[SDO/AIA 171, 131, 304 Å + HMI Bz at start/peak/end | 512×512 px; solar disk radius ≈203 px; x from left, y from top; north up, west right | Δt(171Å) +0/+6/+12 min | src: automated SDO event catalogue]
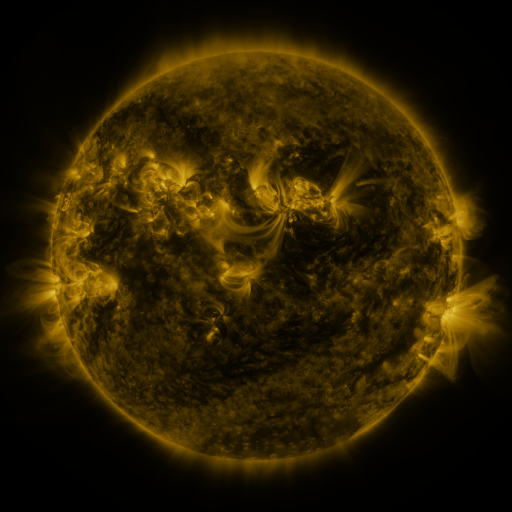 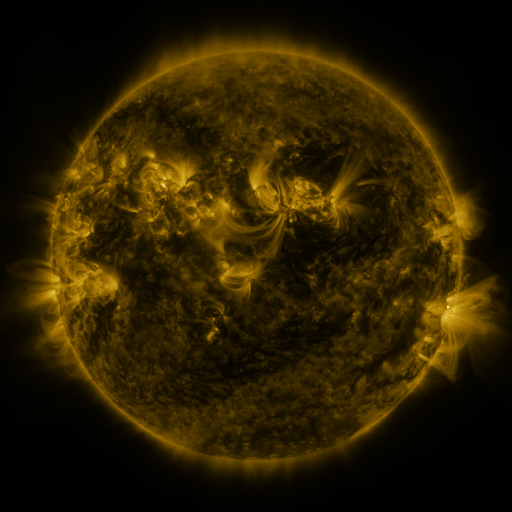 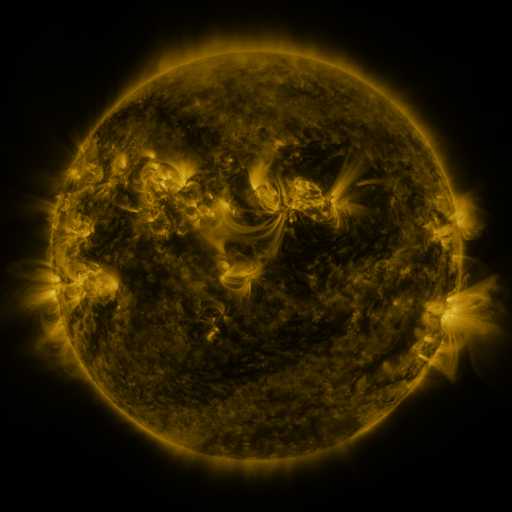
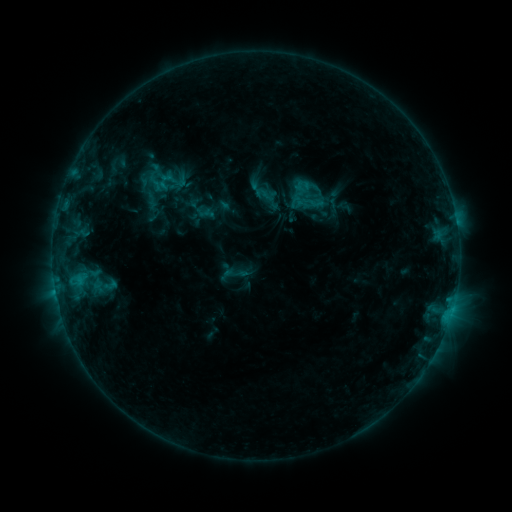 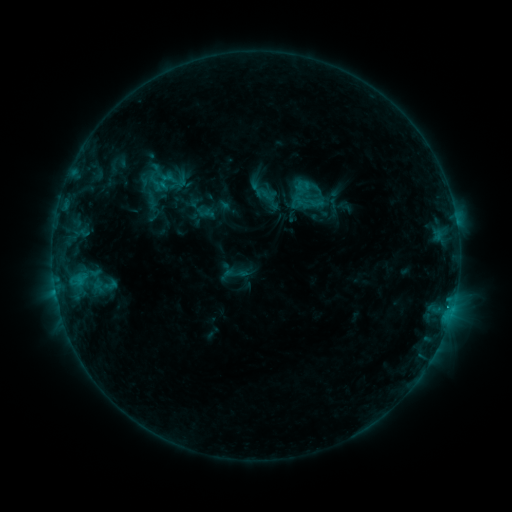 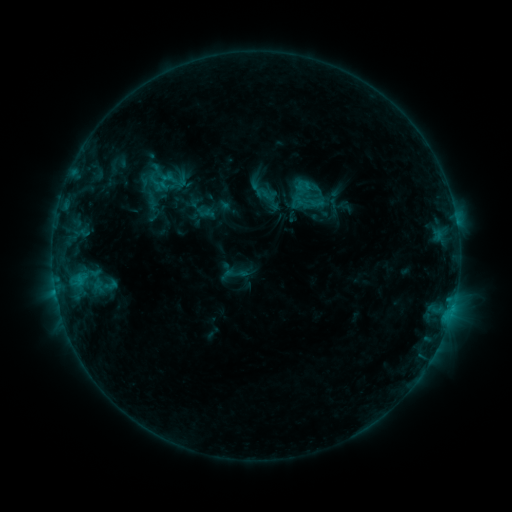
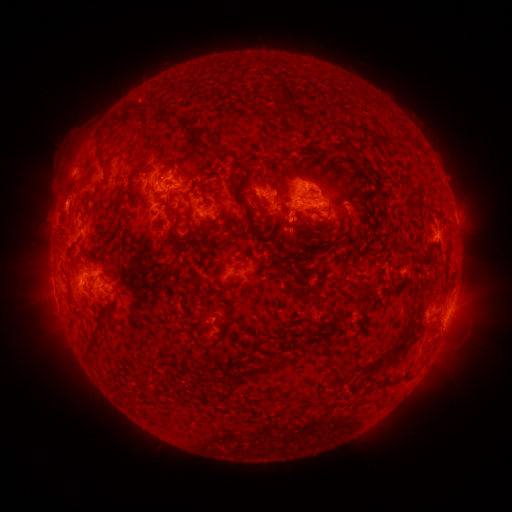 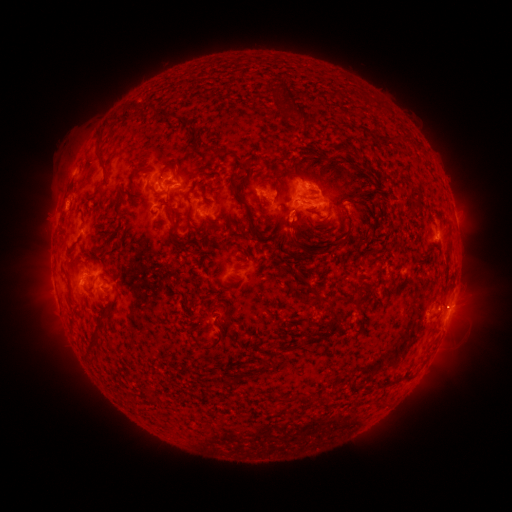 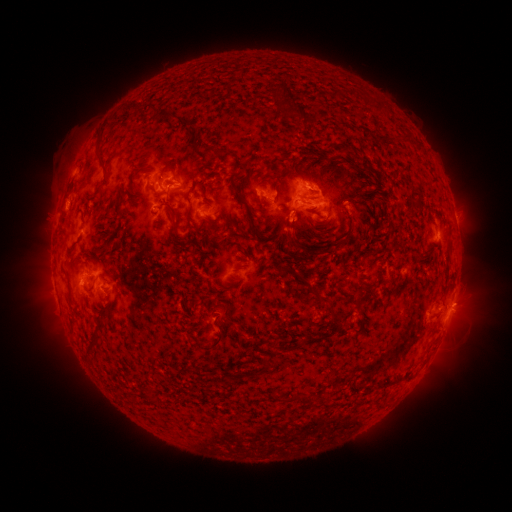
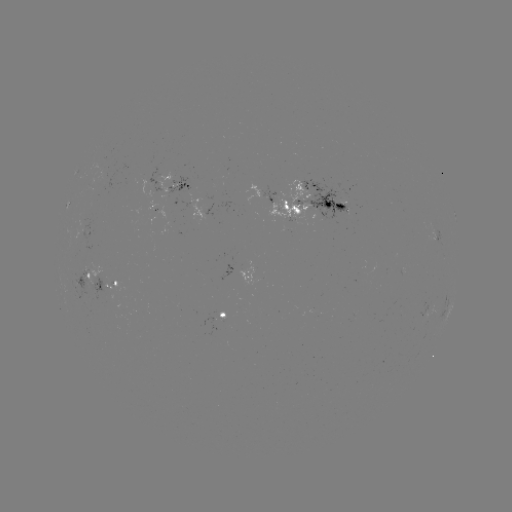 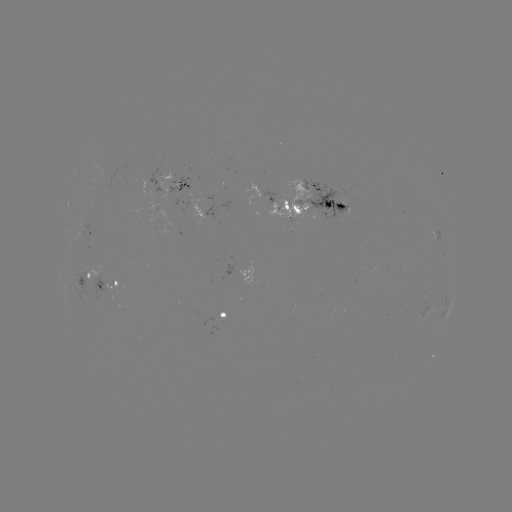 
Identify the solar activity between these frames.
eruption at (367, 219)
